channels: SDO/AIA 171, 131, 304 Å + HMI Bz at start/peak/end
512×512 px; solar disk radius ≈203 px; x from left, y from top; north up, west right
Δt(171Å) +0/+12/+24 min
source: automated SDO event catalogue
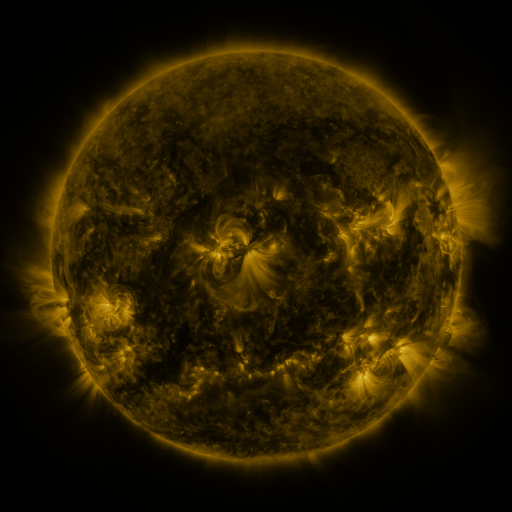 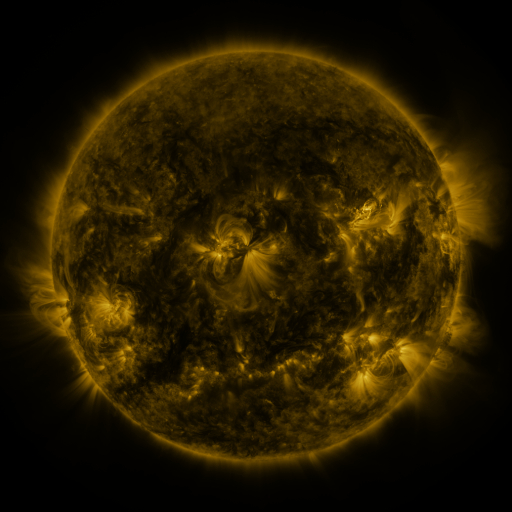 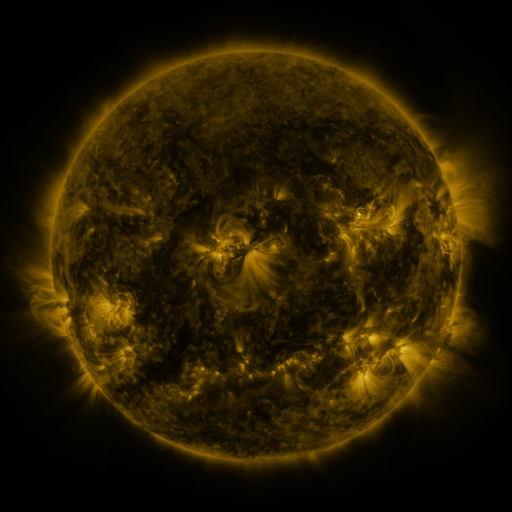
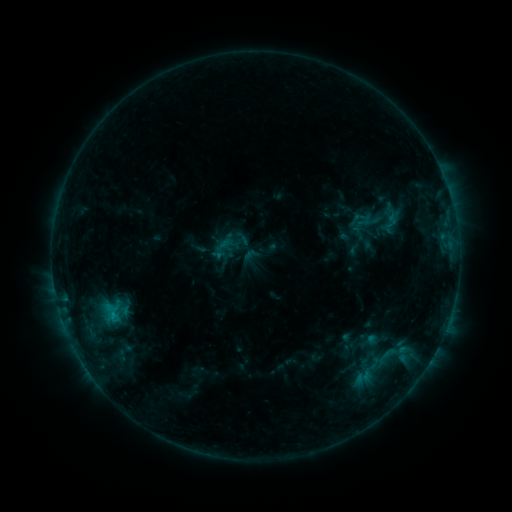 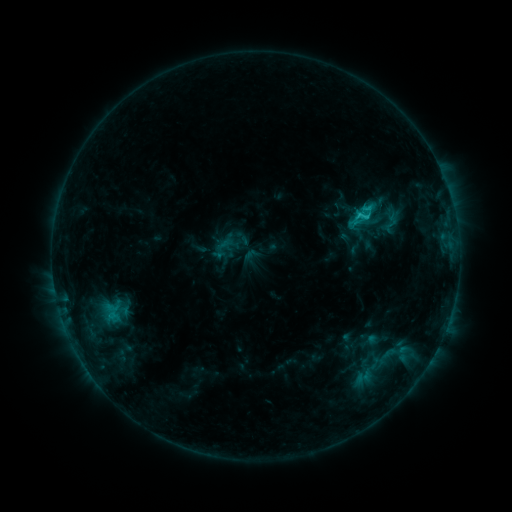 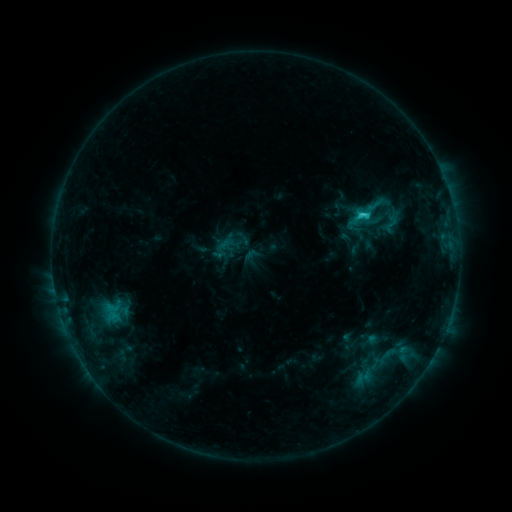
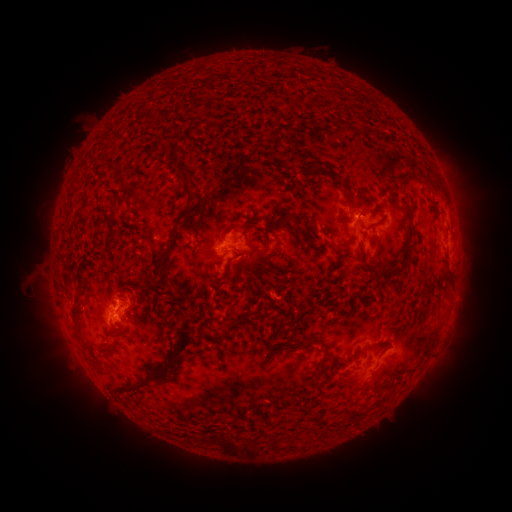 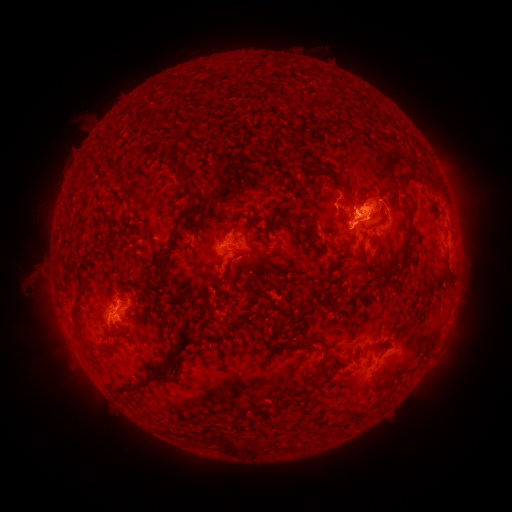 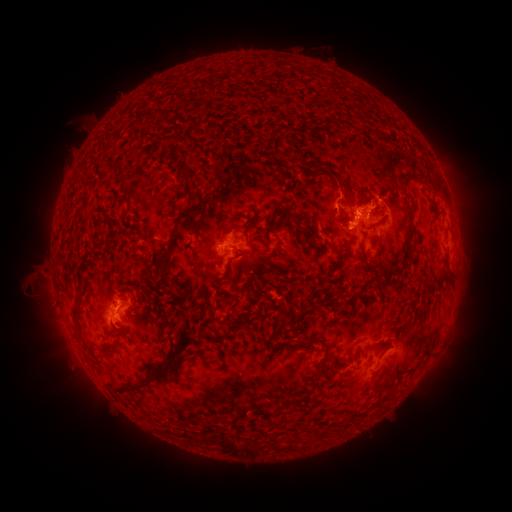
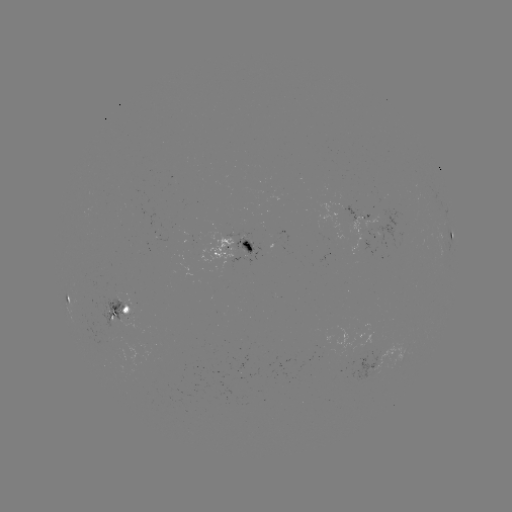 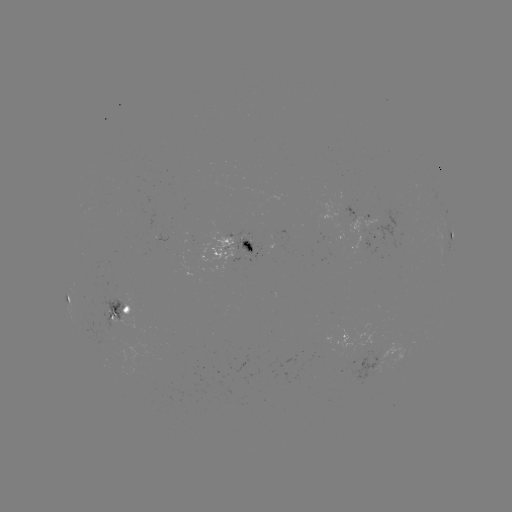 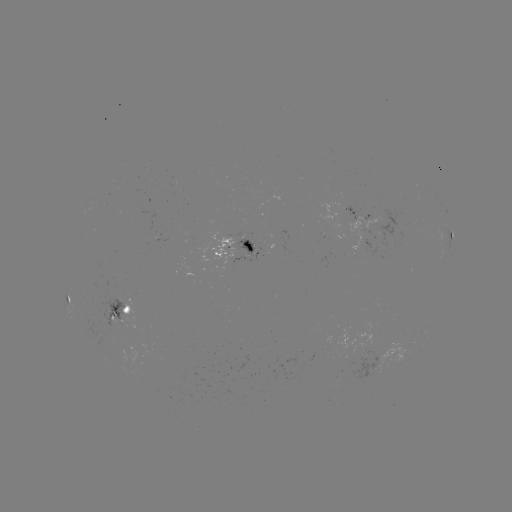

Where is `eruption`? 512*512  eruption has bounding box [317, 150, 410, 261].